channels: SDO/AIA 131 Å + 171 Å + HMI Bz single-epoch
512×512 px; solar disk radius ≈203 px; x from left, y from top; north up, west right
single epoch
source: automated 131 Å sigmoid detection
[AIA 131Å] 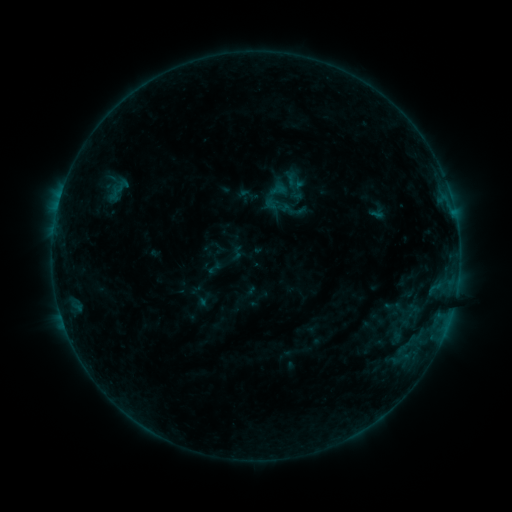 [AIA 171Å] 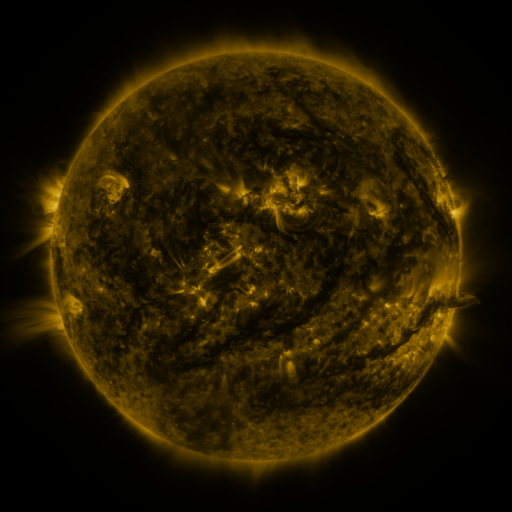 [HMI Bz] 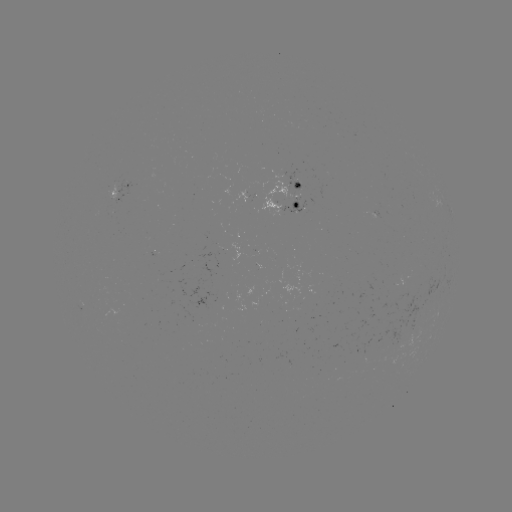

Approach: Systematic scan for sigmoid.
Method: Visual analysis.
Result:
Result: sigmoid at (215, 268).